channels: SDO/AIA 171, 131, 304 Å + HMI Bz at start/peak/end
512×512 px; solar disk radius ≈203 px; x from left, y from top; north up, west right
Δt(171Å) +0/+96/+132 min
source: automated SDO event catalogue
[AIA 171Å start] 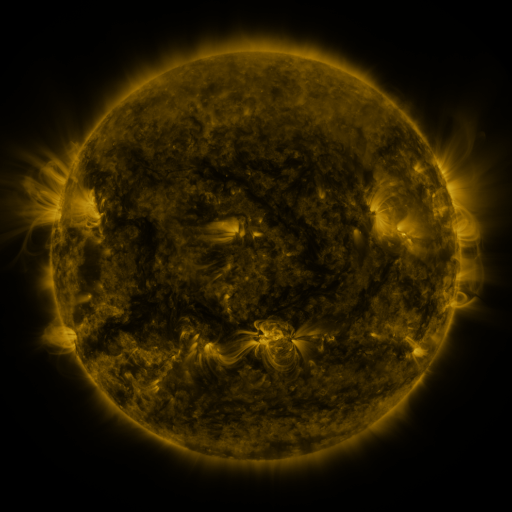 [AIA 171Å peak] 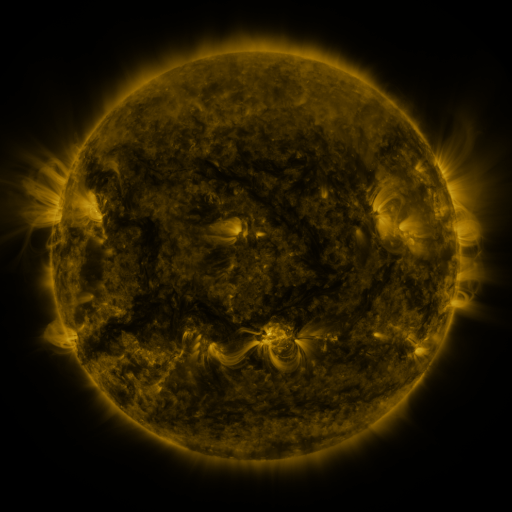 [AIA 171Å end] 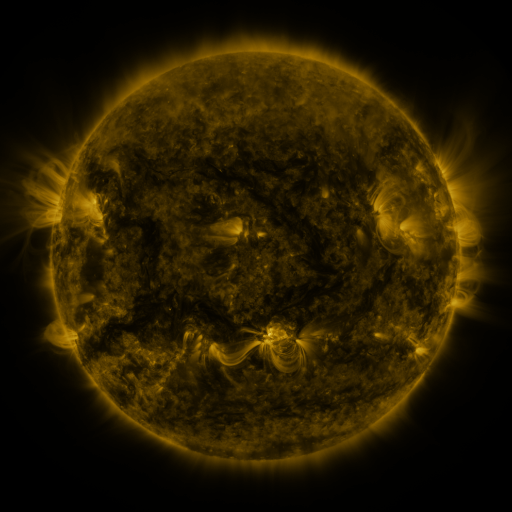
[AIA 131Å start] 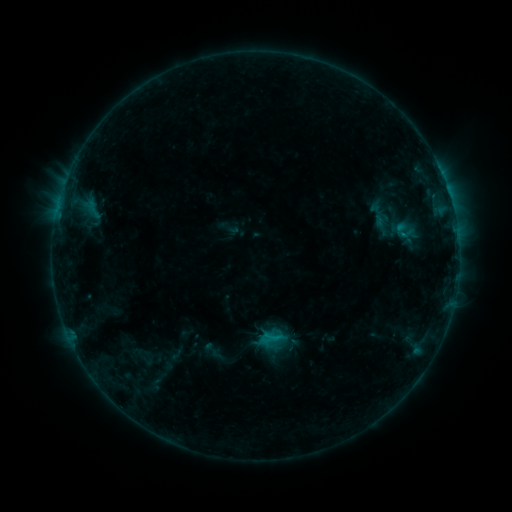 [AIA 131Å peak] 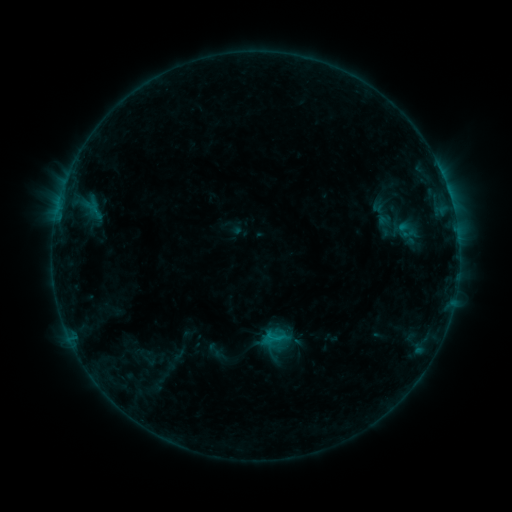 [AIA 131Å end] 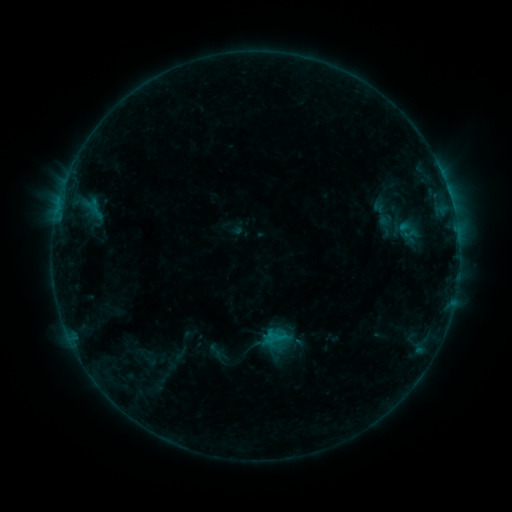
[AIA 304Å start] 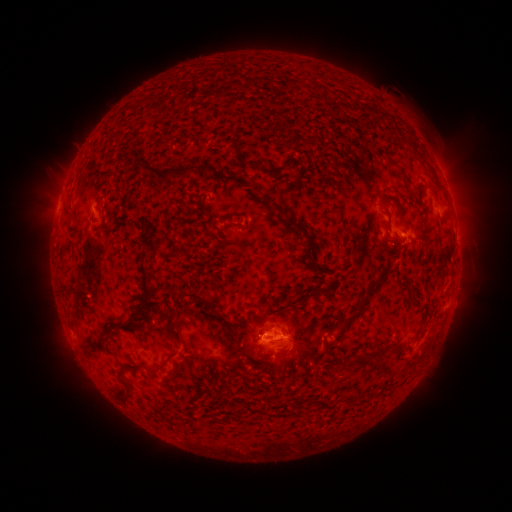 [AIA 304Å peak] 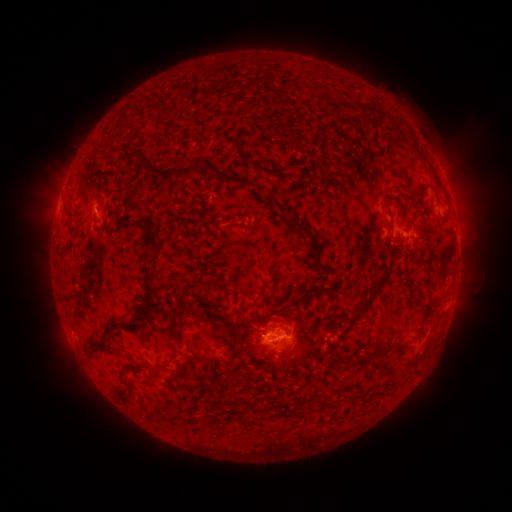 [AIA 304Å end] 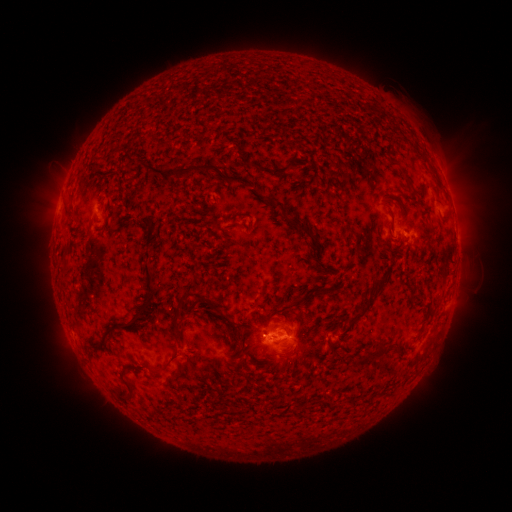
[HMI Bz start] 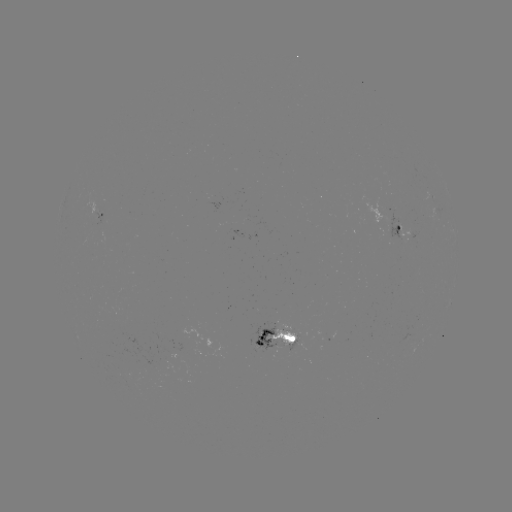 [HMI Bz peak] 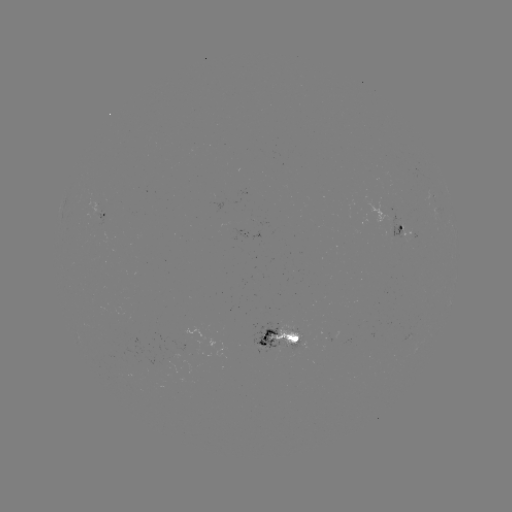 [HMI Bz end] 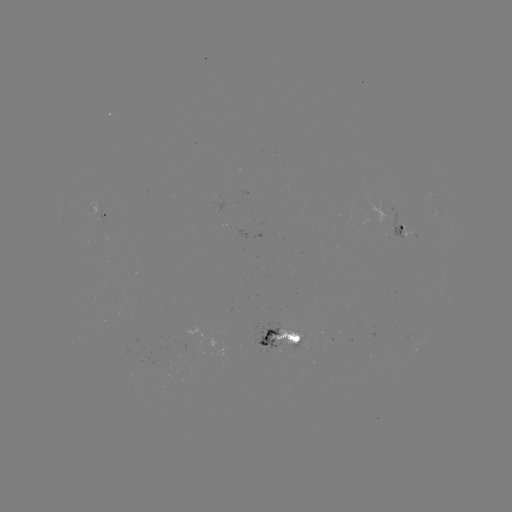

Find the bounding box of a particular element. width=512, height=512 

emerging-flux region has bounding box [403, 333, 413, 341].